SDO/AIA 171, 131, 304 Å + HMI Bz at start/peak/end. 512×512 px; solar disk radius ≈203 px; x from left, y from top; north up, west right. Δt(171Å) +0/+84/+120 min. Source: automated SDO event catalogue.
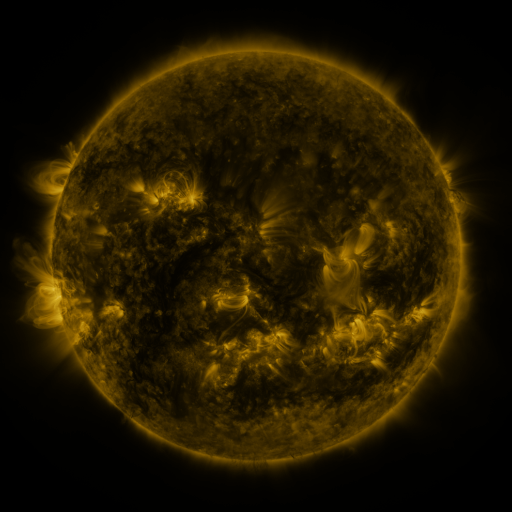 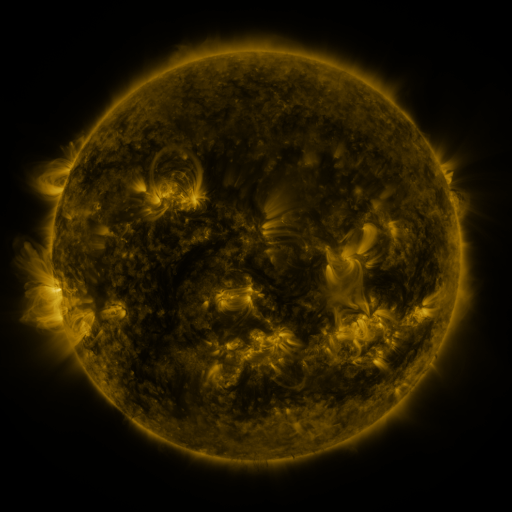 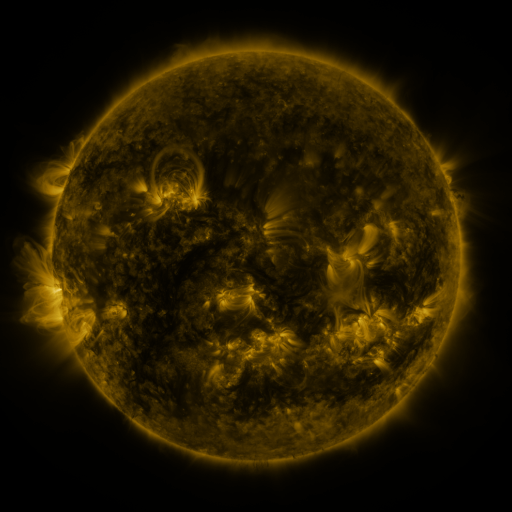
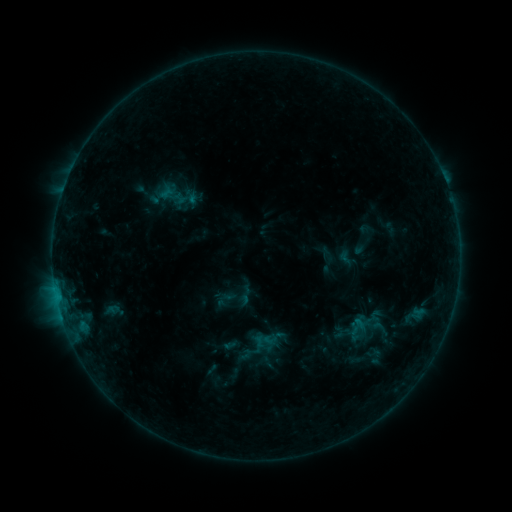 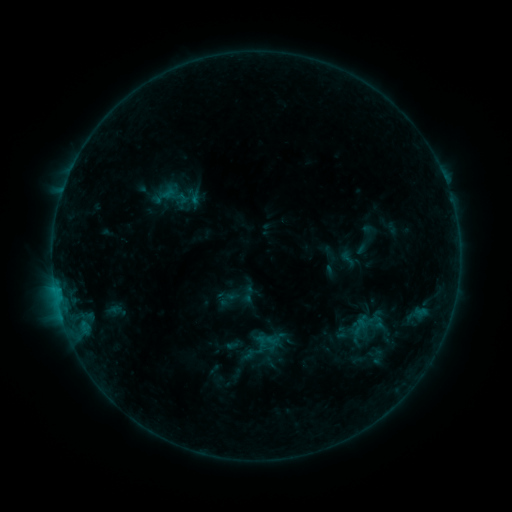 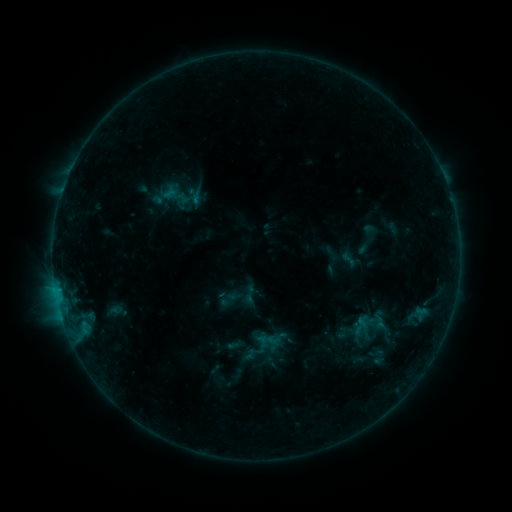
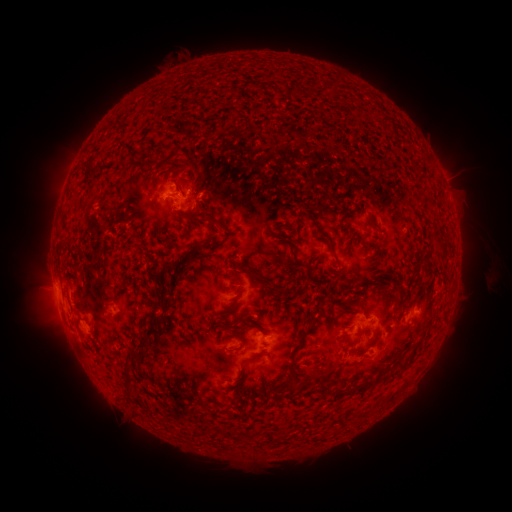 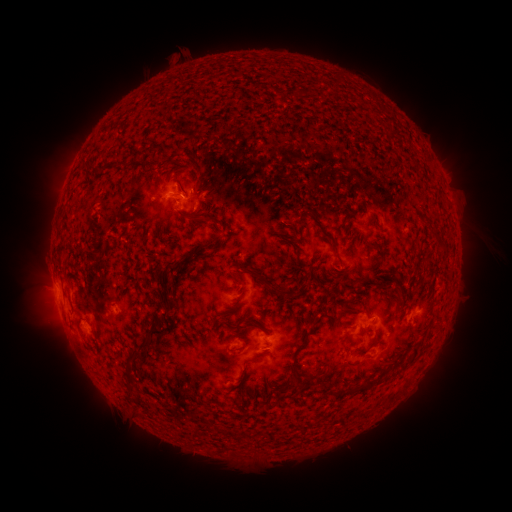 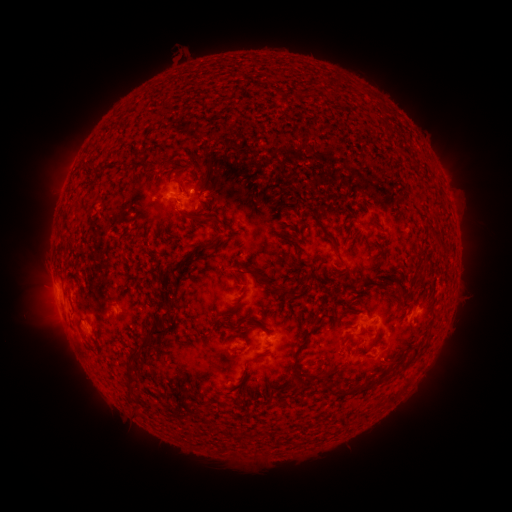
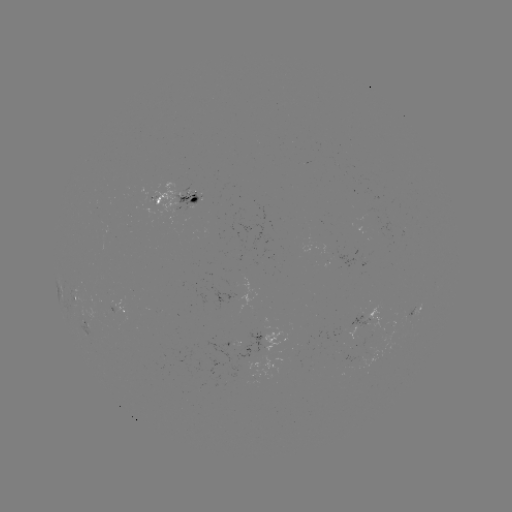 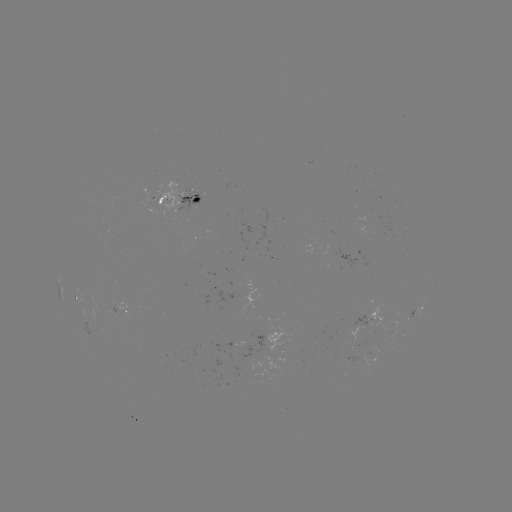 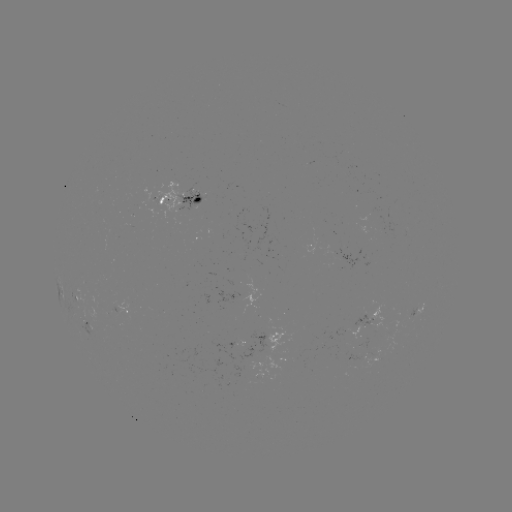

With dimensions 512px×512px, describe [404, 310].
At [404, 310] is emerging-flux region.